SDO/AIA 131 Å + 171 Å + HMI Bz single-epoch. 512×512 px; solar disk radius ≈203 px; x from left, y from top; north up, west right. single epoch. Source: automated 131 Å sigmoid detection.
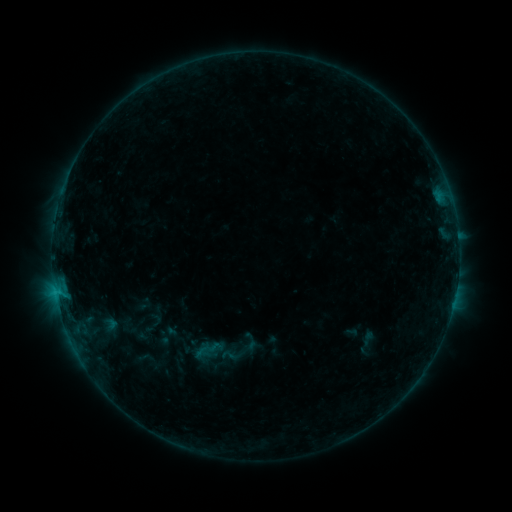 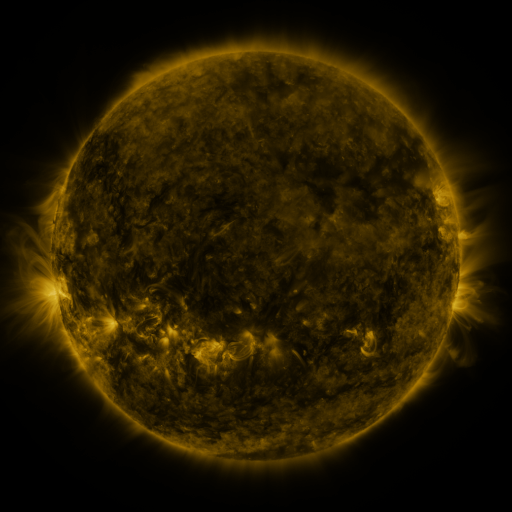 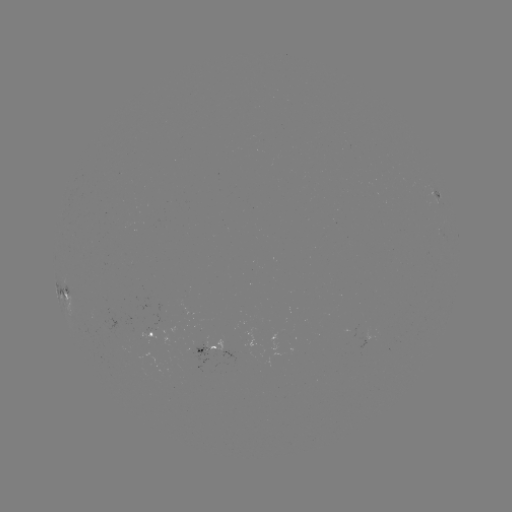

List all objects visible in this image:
sigmoid: (208, 350)
sigmoid: (232, 355)
